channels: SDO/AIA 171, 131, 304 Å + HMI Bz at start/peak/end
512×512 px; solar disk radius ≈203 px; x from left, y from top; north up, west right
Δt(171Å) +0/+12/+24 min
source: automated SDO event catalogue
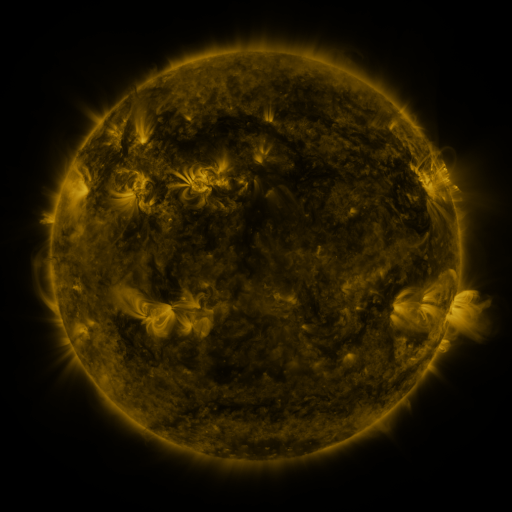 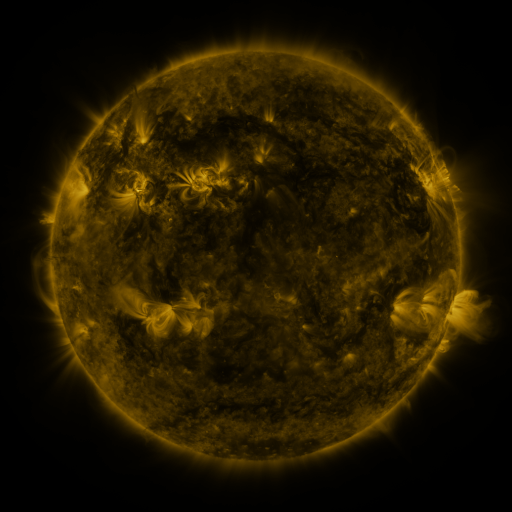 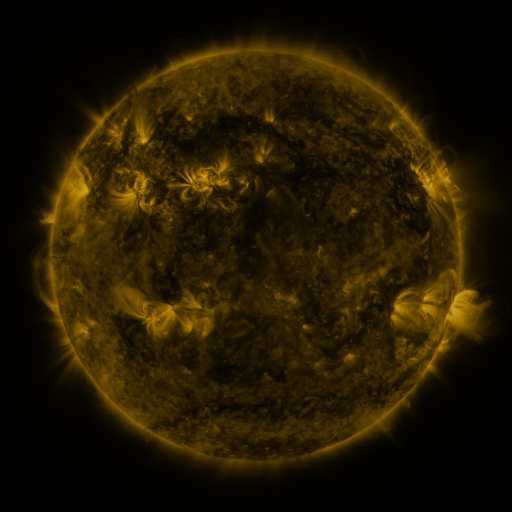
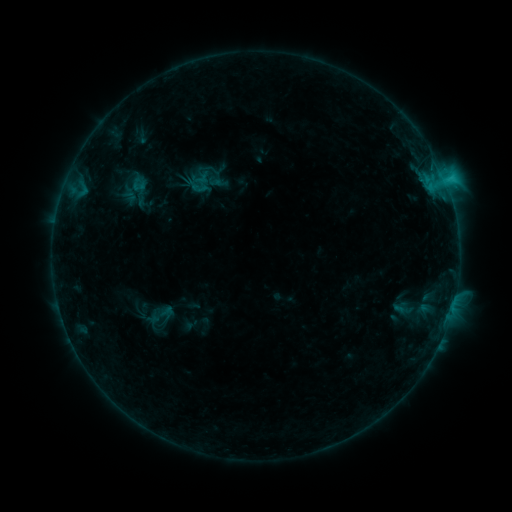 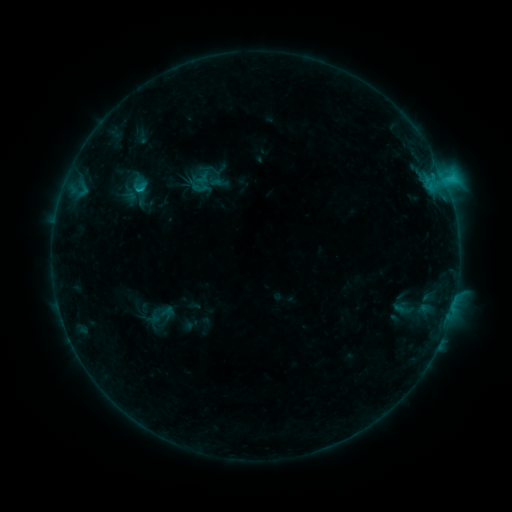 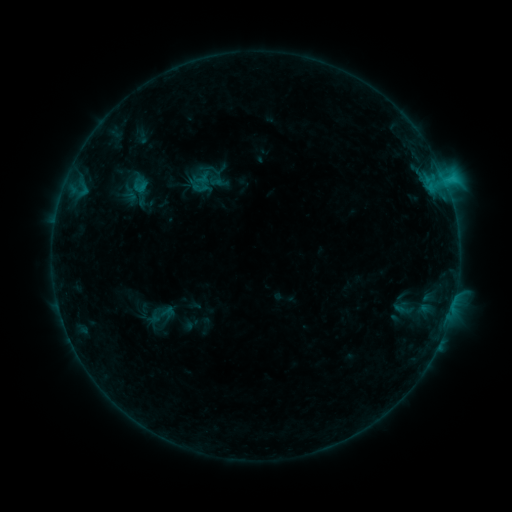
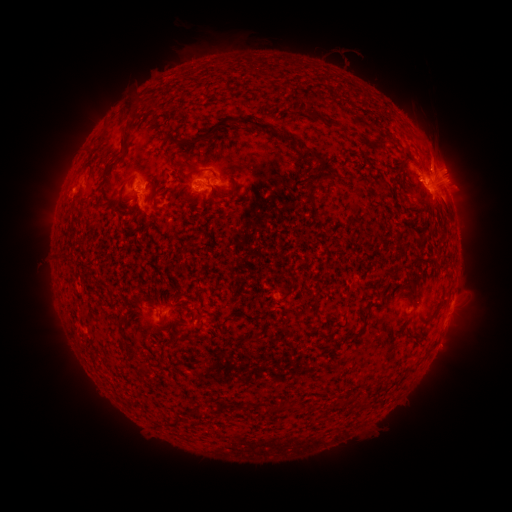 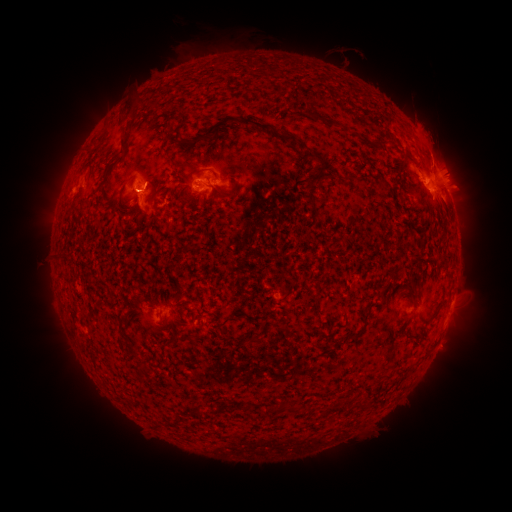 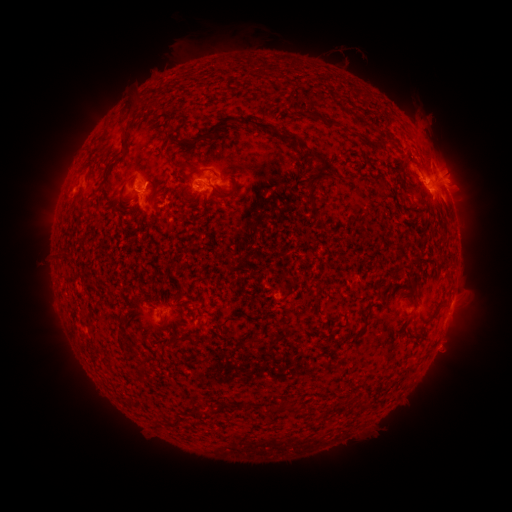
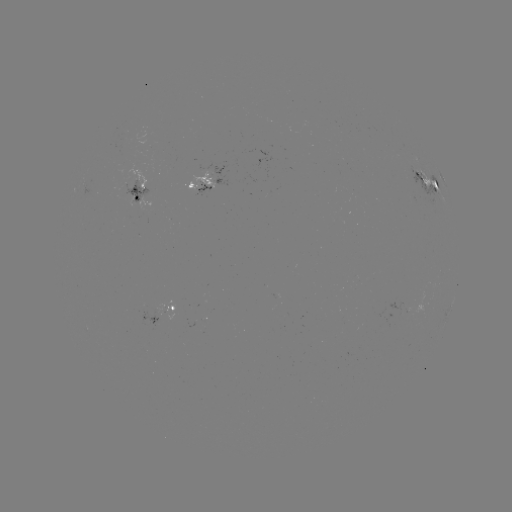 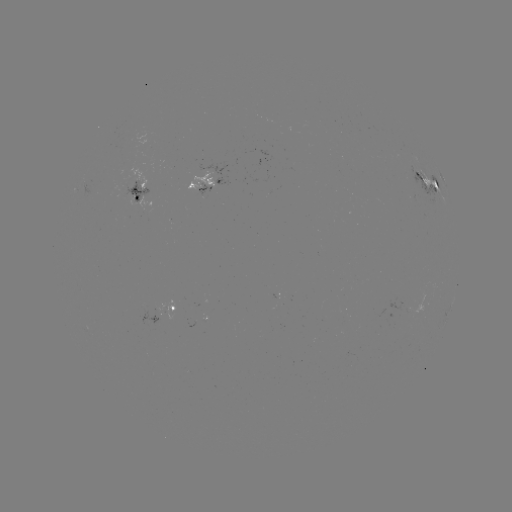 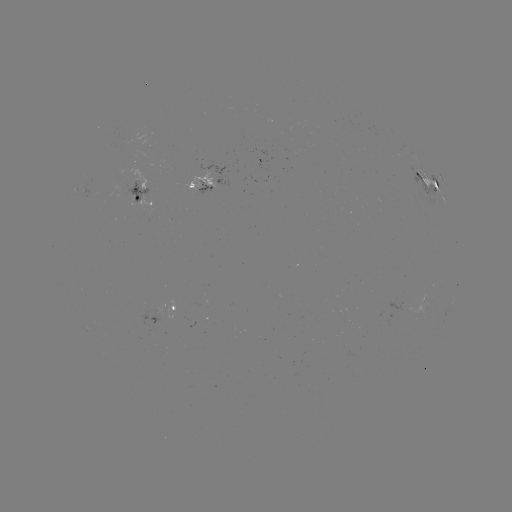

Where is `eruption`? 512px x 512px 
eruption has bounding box [403, 104, 468, 181].